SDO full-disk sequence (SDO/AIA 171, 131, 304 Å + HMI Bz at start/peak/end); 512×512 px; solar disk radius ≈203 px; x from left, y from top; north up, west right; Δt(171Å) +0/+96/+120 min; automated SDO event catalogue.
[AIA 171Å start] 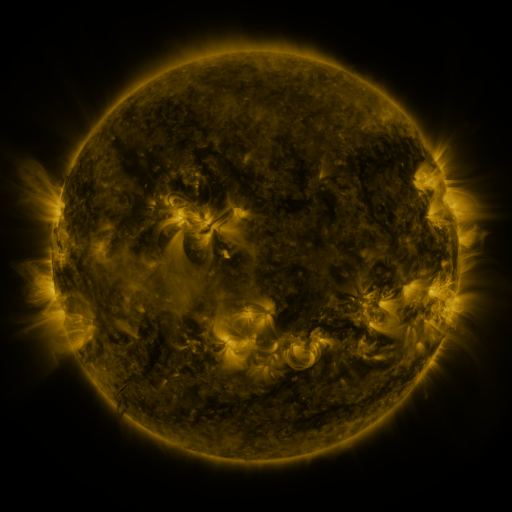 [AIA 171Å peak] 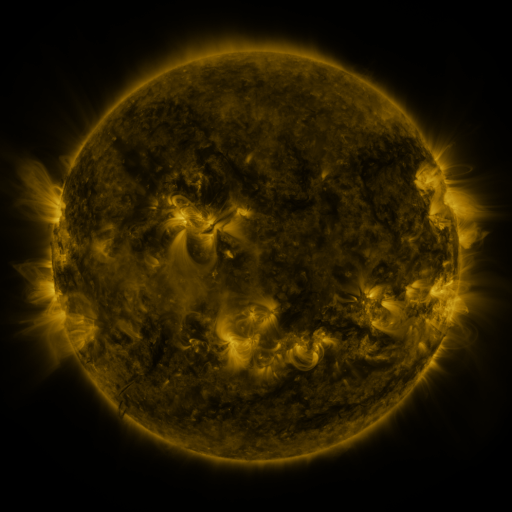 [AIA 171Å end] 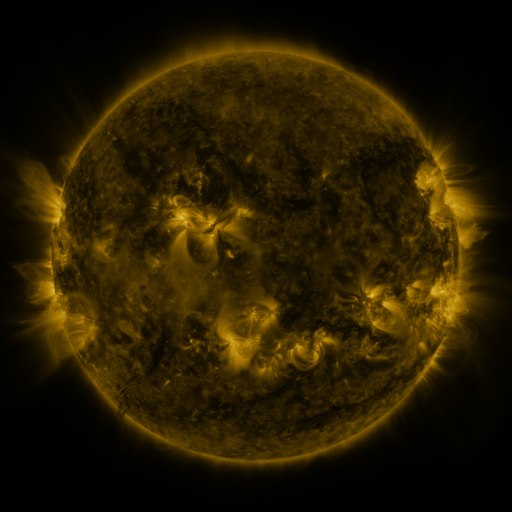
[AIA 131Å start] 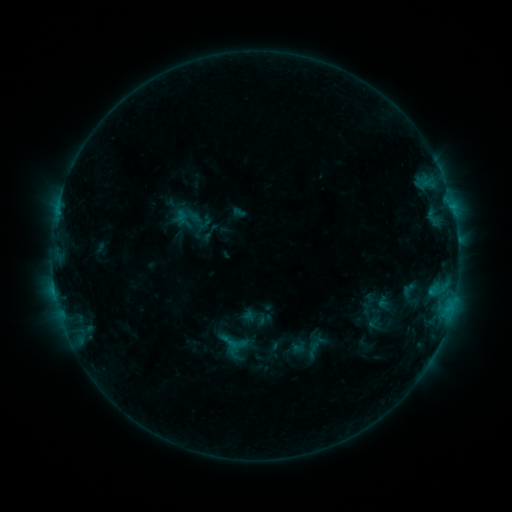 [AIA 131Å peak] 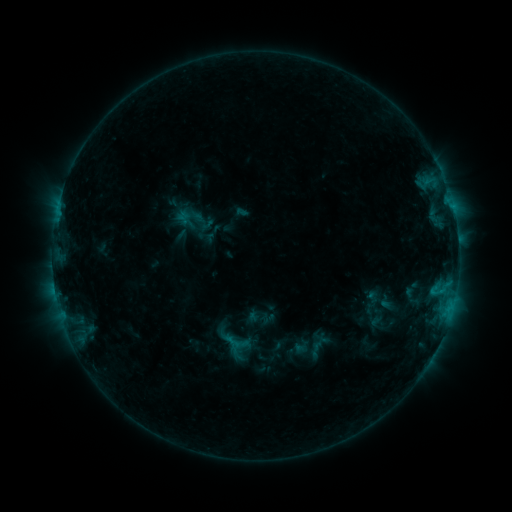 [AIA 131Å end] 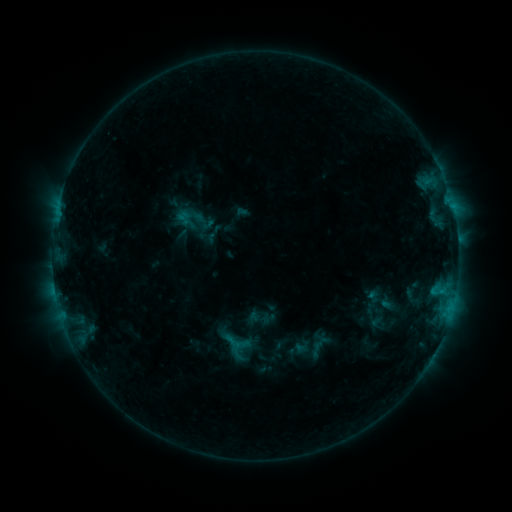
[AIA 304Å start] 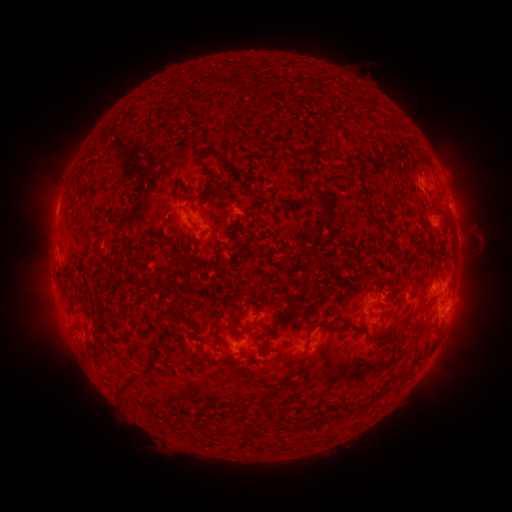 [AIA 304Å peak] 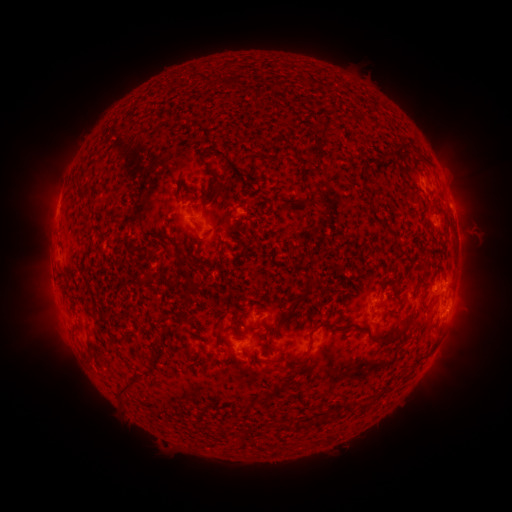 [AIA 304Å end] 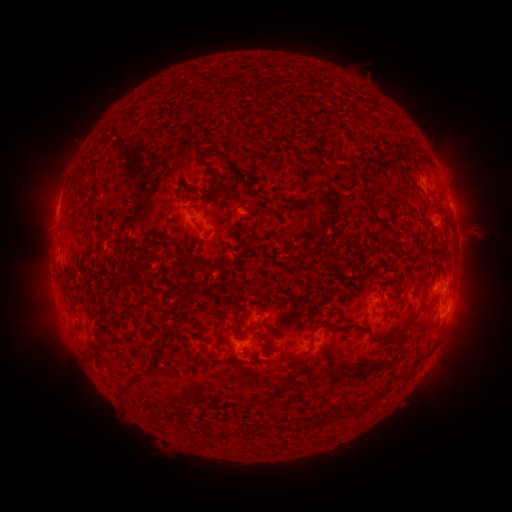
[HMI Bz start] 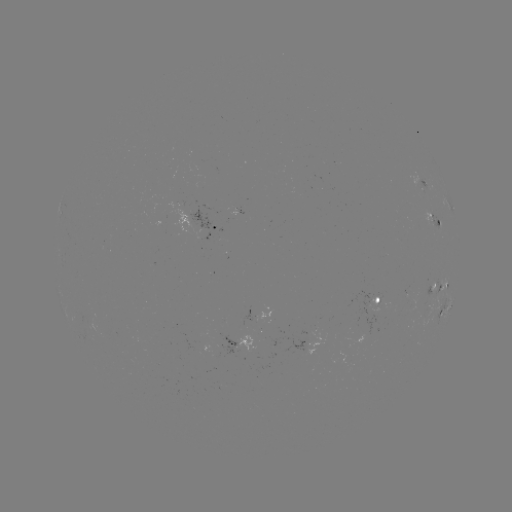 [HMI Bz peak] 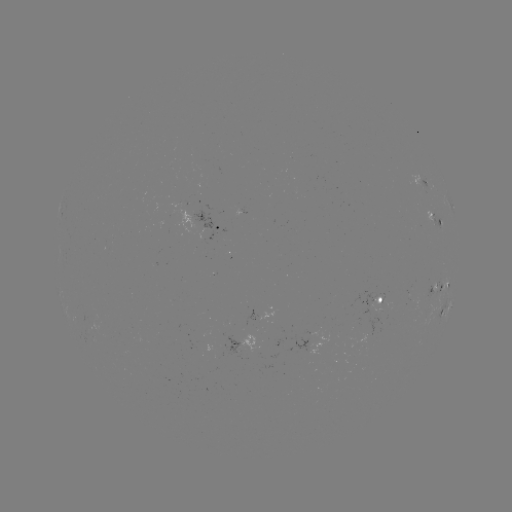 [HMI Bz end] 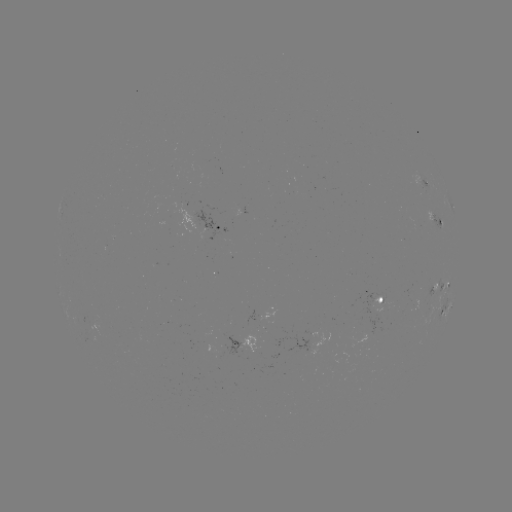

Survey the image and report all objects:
emerging-flux region: (380, 300)
